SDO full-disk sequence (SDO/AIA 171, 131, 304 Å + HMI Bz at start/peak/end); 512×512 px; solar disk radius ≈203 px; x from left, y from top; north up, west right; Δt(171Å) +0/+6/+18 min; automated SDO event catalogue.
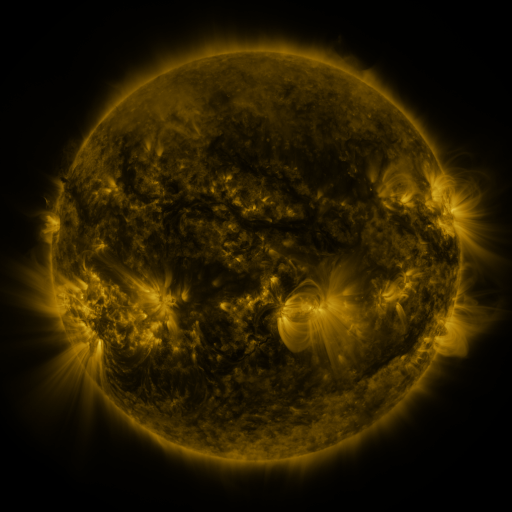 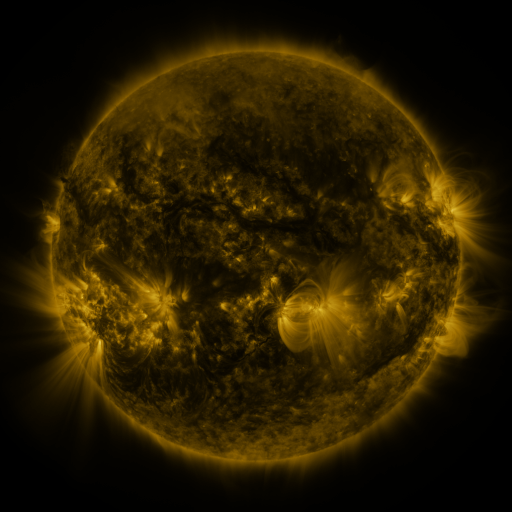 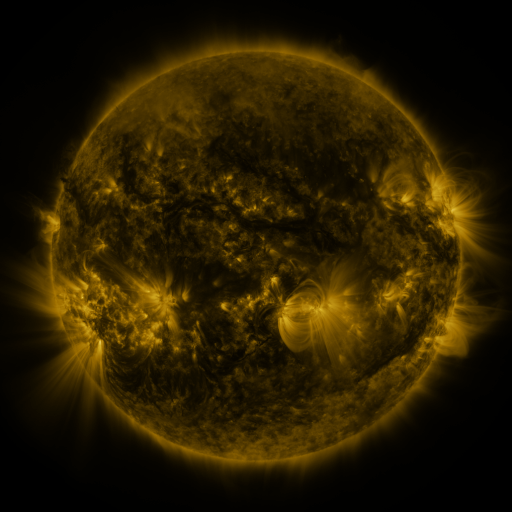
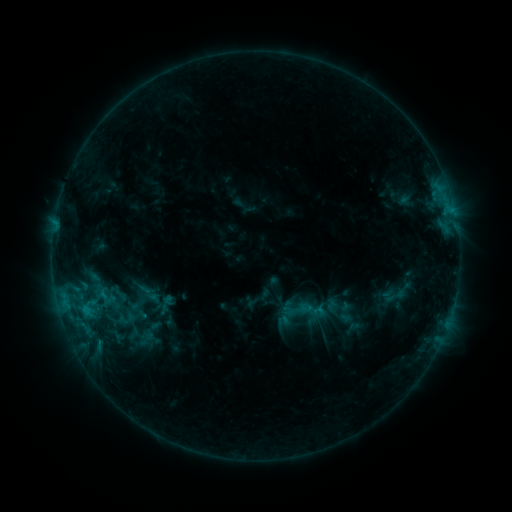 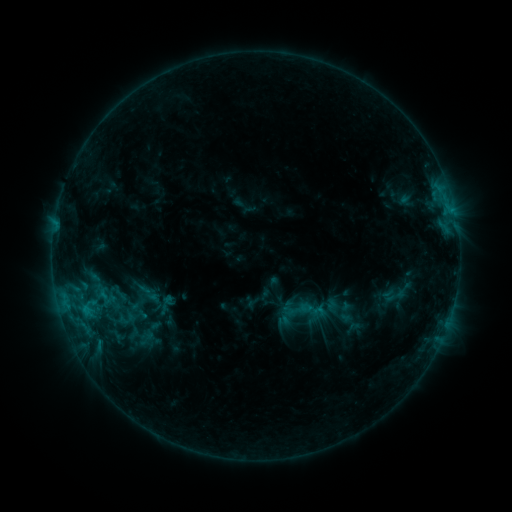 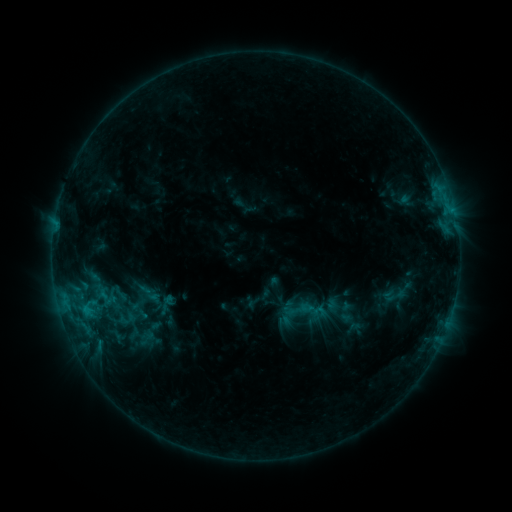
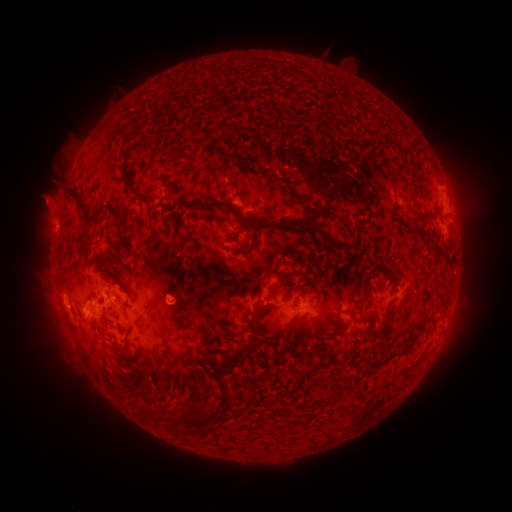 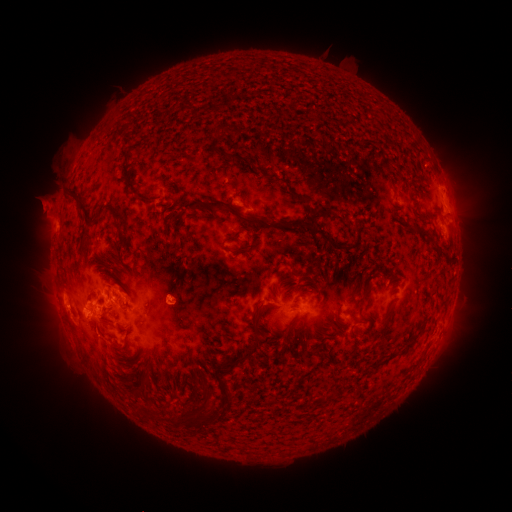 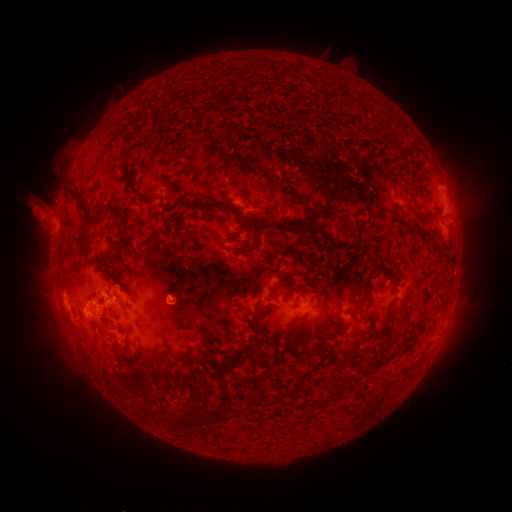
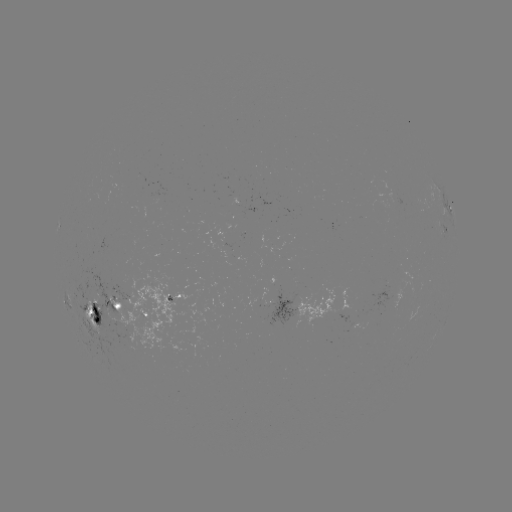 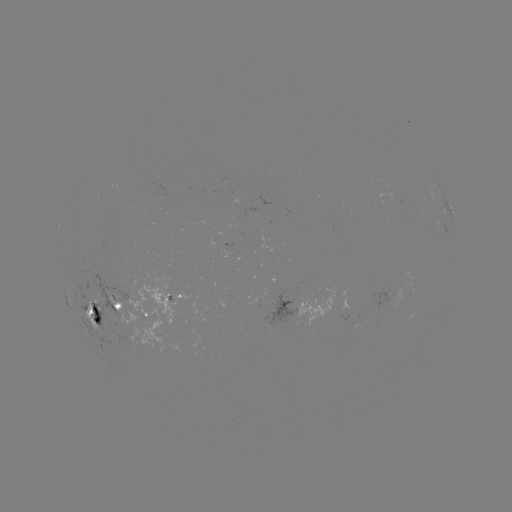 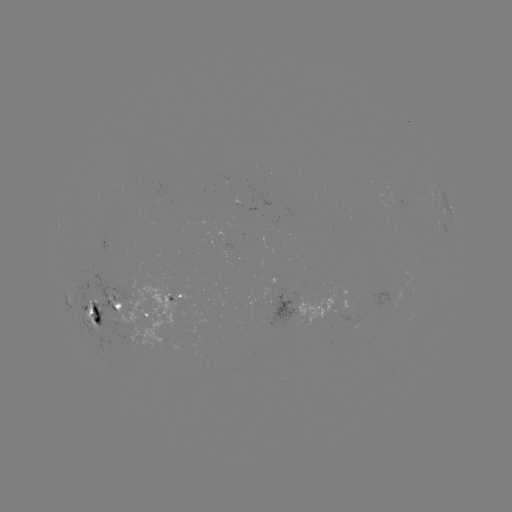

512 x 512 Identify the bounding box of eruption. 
[17, 179, 69, 238].